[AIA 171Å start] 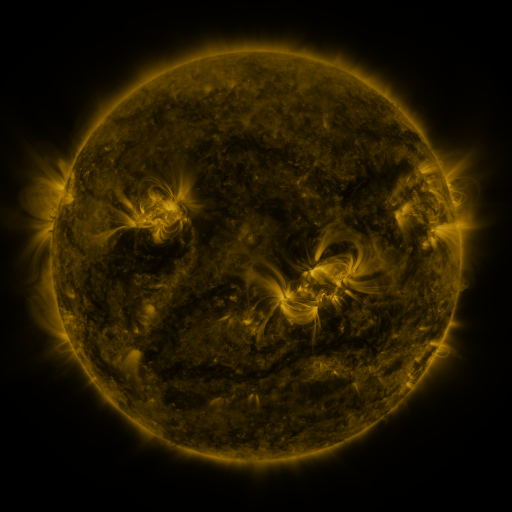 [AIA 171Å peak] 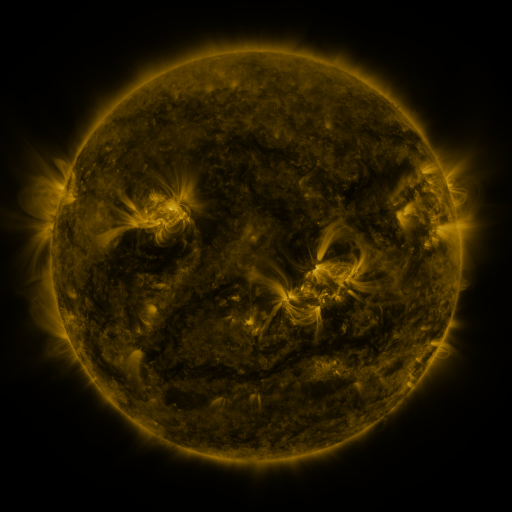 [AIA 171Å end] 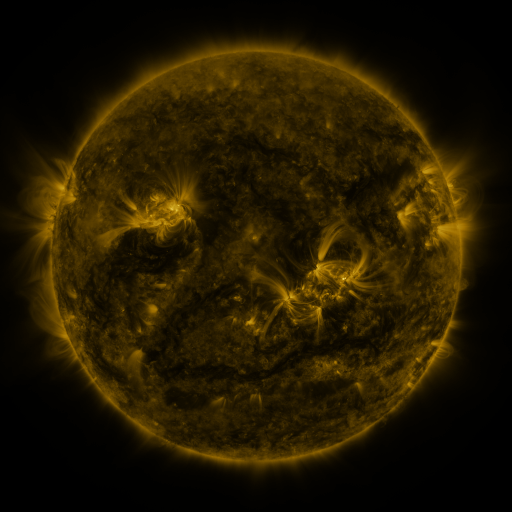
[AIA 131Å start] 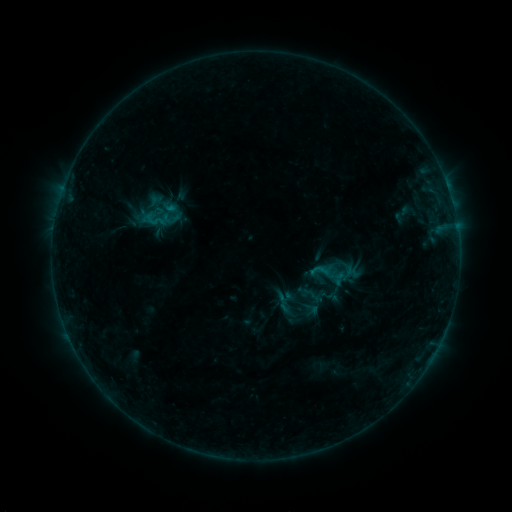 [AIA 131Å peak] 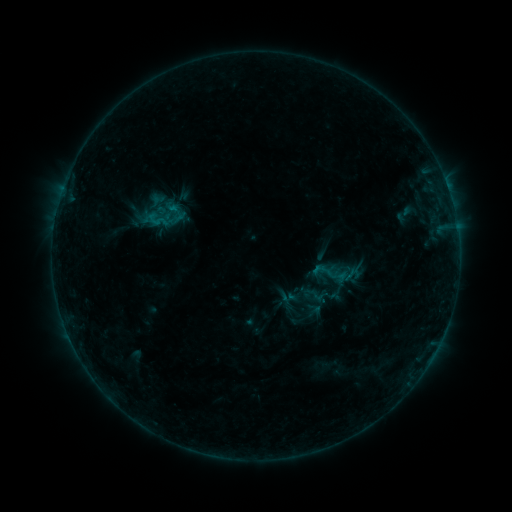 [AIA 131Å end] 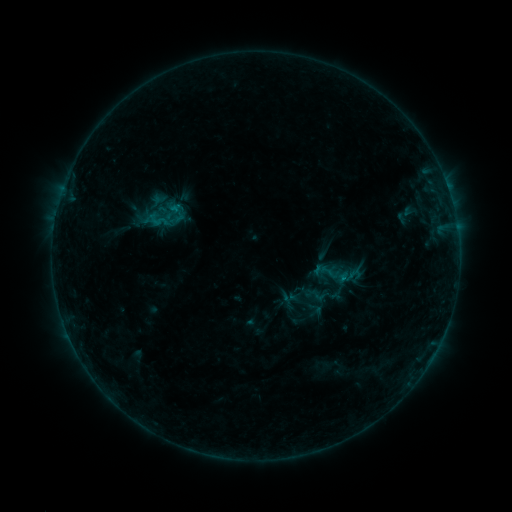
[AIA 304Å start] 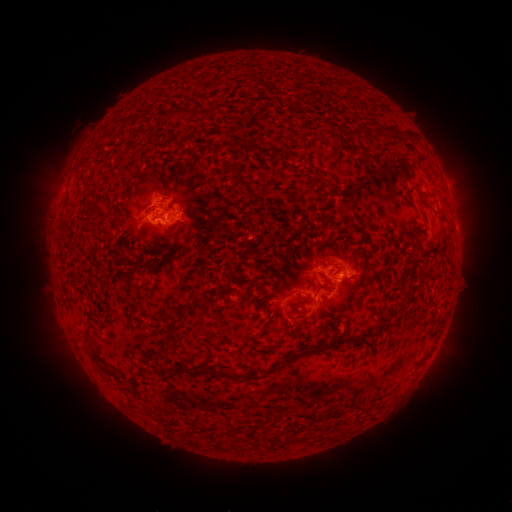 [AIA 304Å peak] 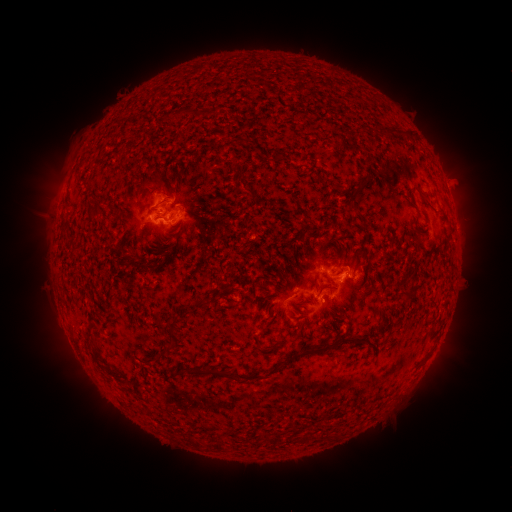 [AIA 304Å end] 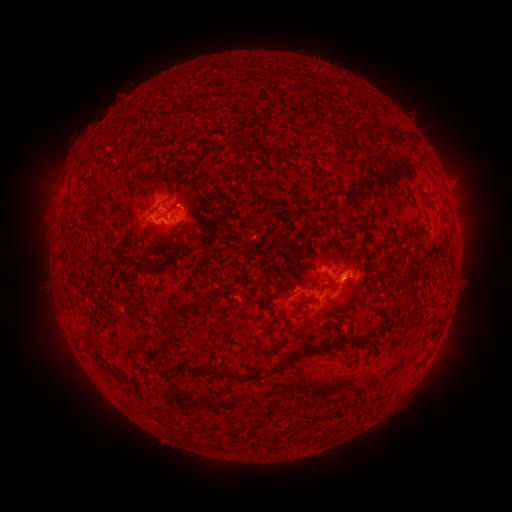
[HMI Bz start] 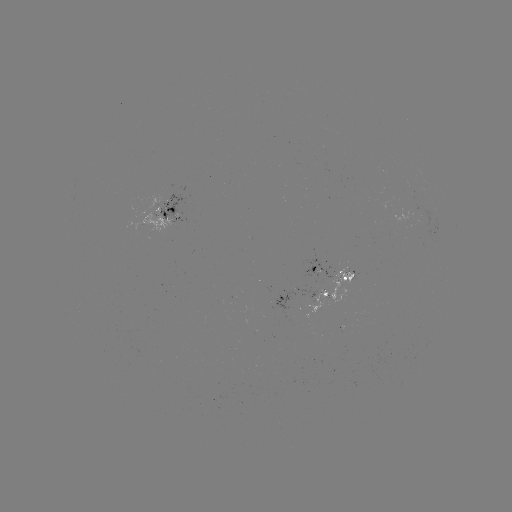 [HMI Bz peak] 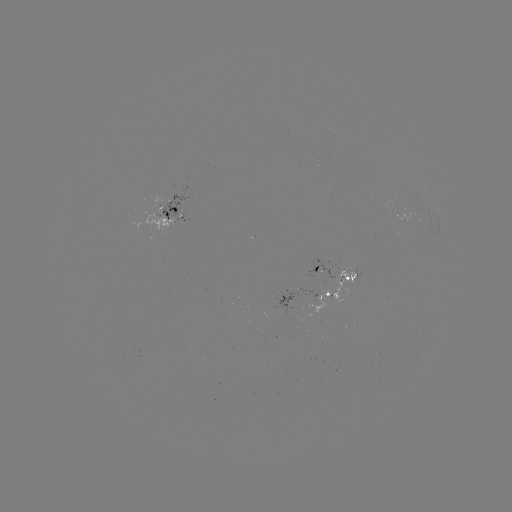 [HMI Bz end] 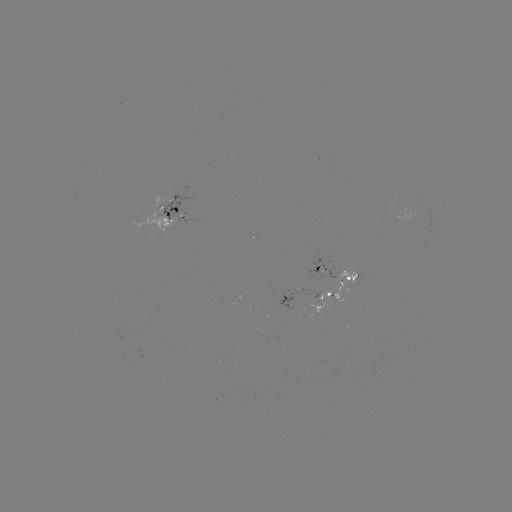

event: emerging-flux region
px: (177, 211)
